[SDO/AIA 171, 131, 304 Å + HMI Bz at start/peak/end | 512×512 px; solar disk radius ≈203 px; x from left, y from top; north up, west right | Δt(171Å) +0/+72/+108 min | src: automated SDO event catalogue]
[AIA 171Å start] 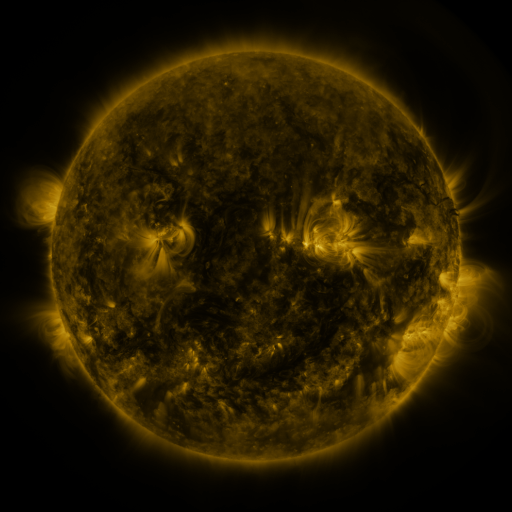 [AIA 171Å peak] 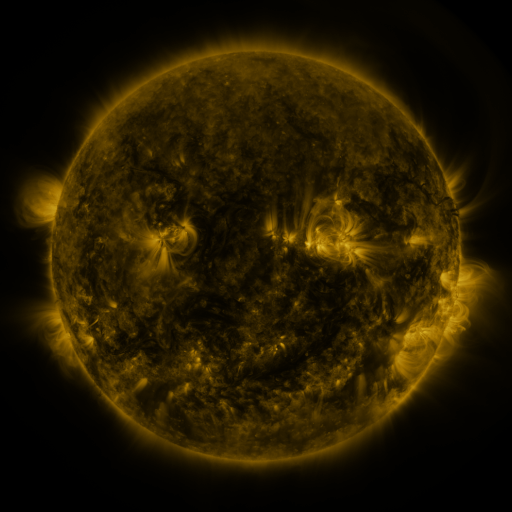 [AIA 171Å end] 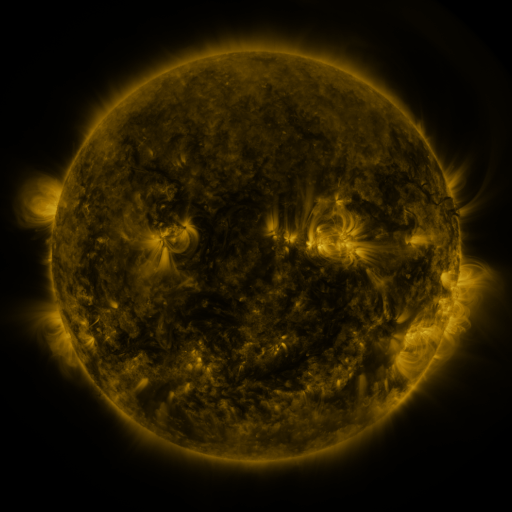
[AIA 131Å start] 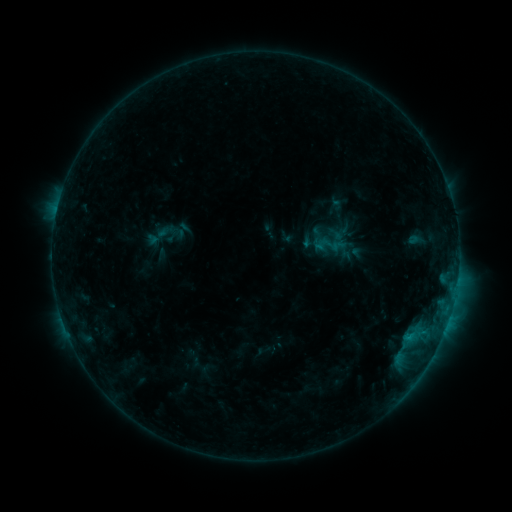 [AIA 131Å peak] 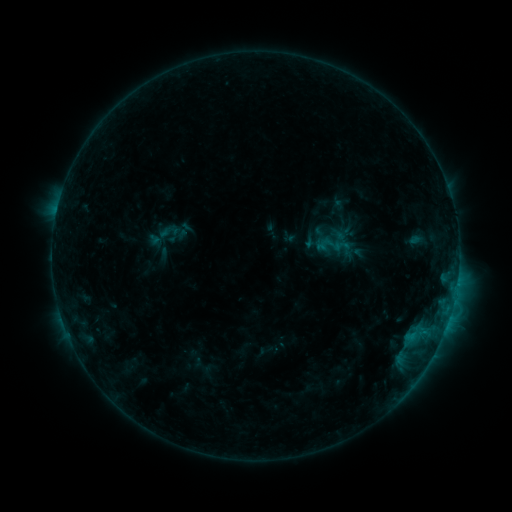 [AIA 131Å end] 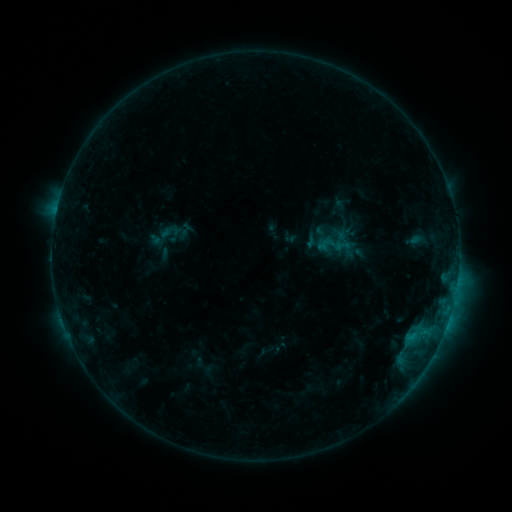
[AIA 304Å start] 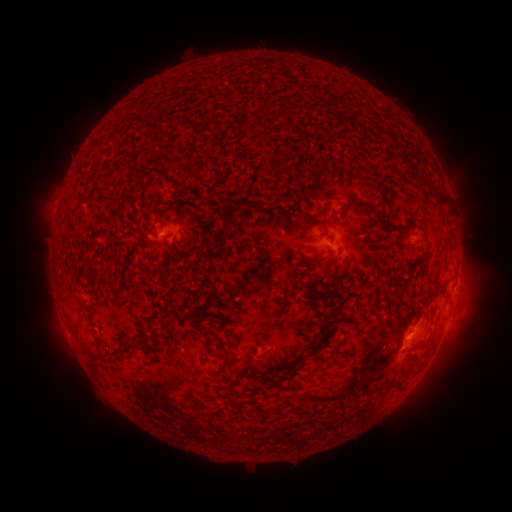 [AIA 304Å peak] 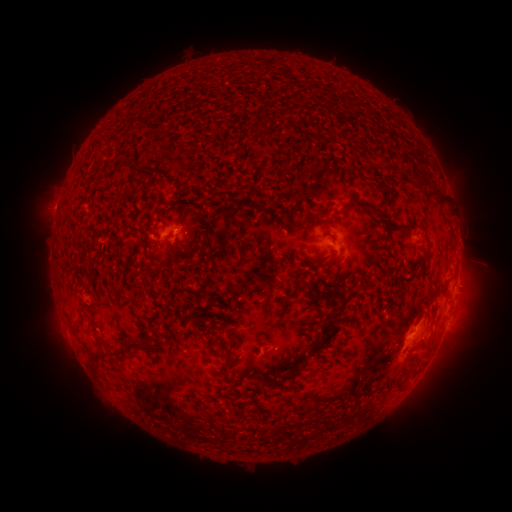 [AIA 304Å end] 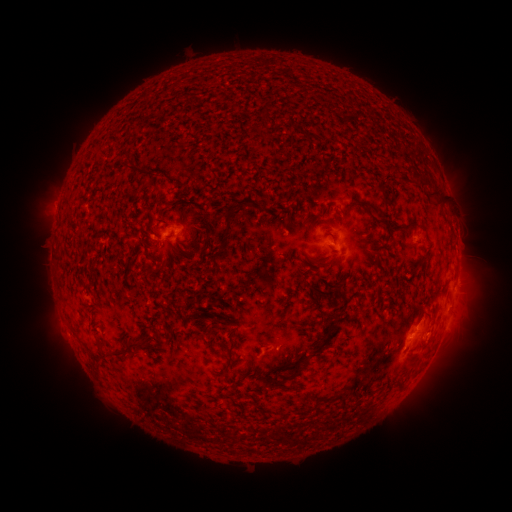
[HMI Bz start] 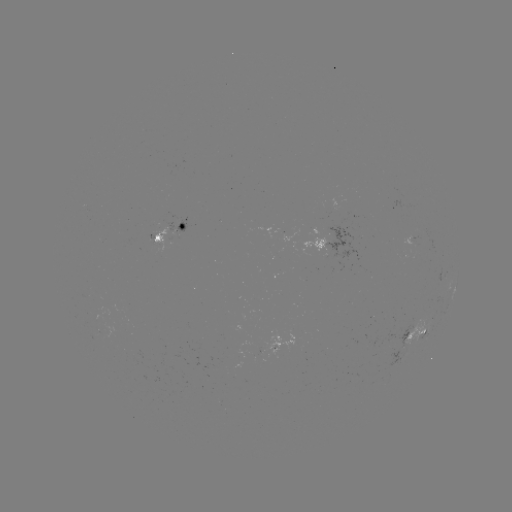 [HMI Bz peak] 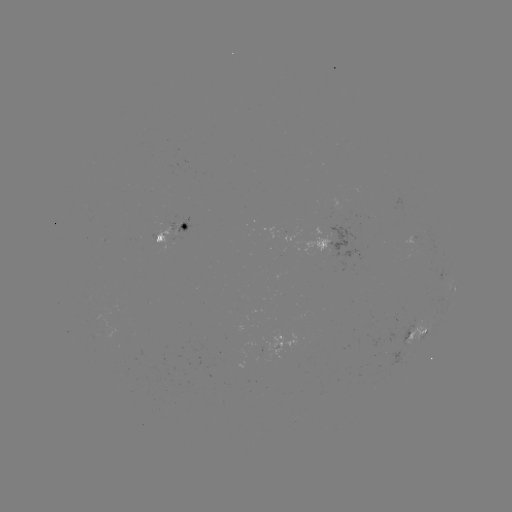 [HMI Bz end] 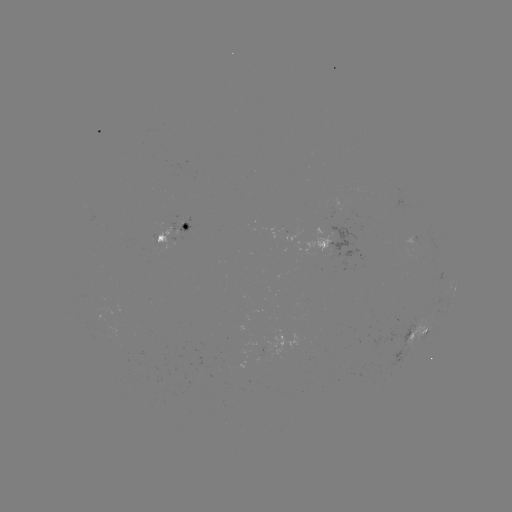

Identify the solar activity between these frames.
emerging-flux region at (181, 224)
